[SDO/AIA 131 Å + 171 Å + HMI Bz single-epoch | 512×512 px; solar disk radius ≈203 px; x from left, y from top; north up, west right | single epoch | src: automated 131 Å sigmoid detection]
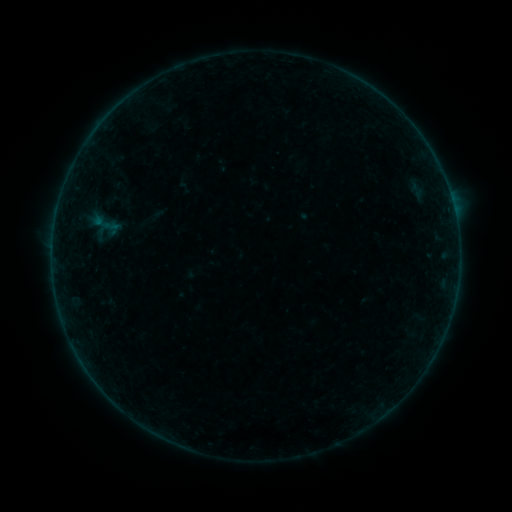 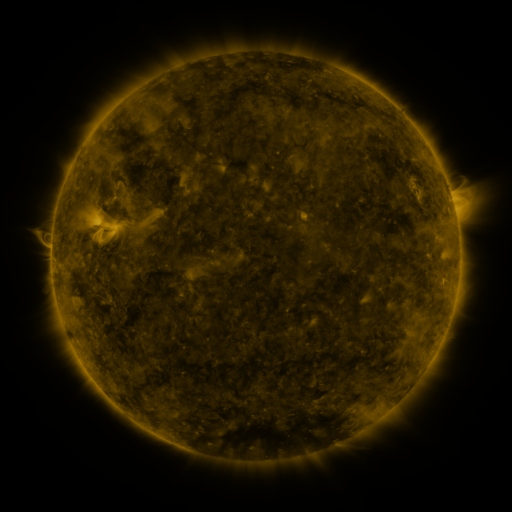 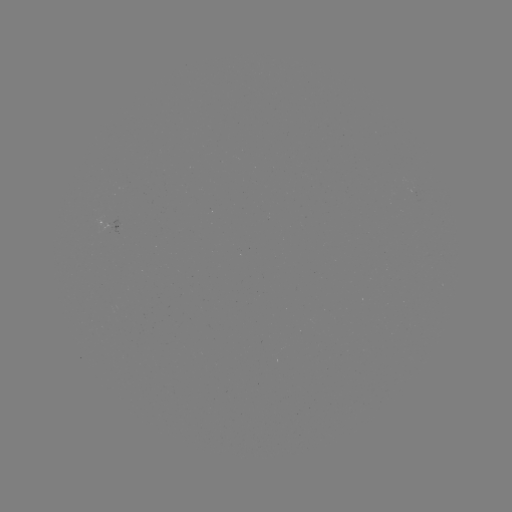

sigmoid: <bbox>89, 209, 118, 238</bbox>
